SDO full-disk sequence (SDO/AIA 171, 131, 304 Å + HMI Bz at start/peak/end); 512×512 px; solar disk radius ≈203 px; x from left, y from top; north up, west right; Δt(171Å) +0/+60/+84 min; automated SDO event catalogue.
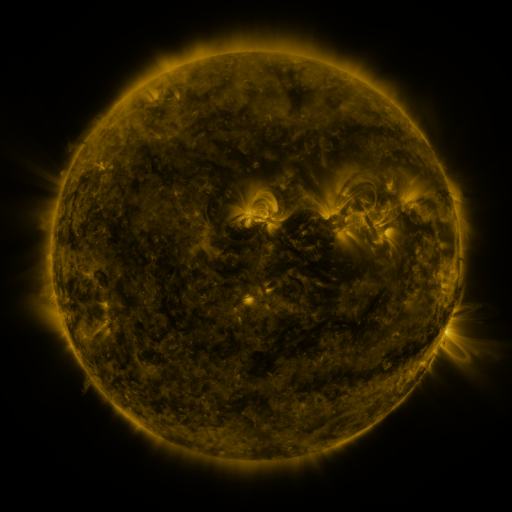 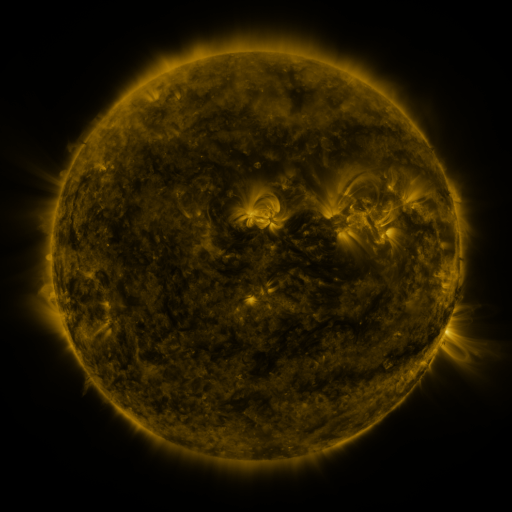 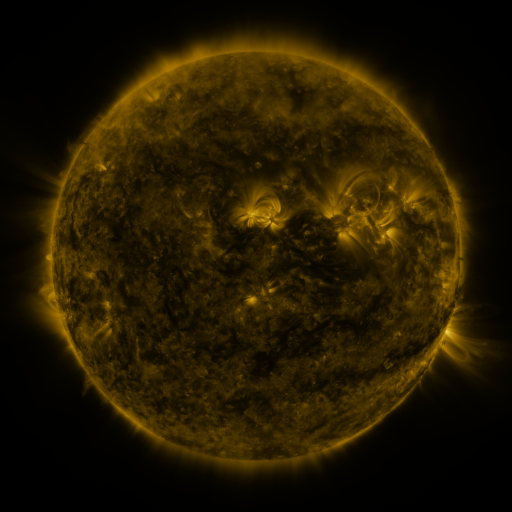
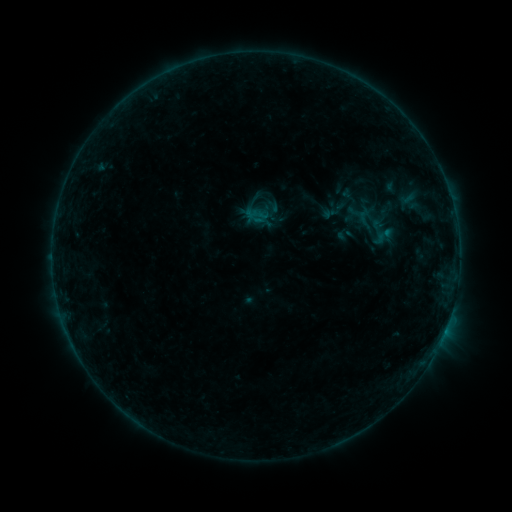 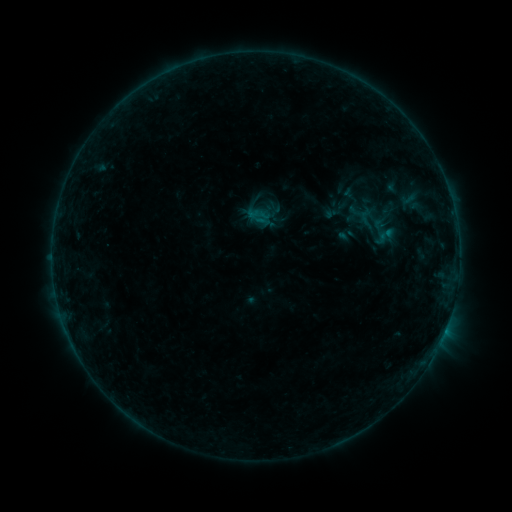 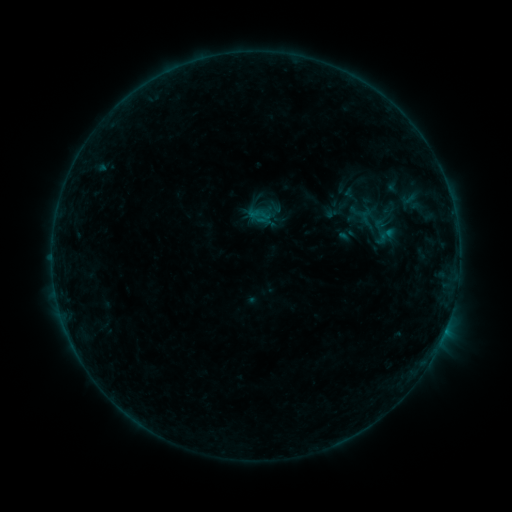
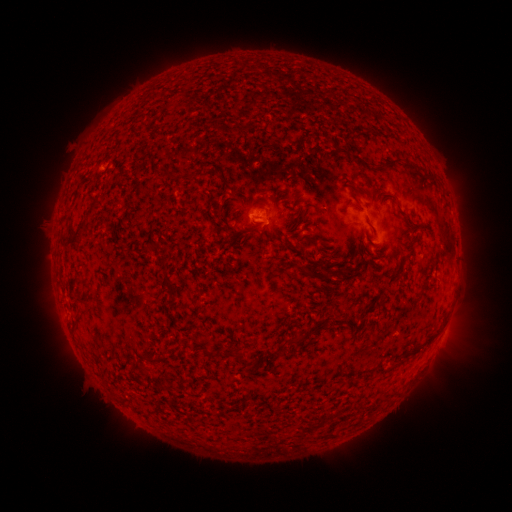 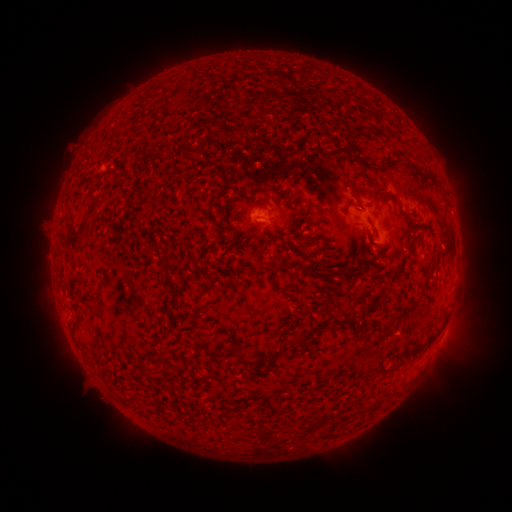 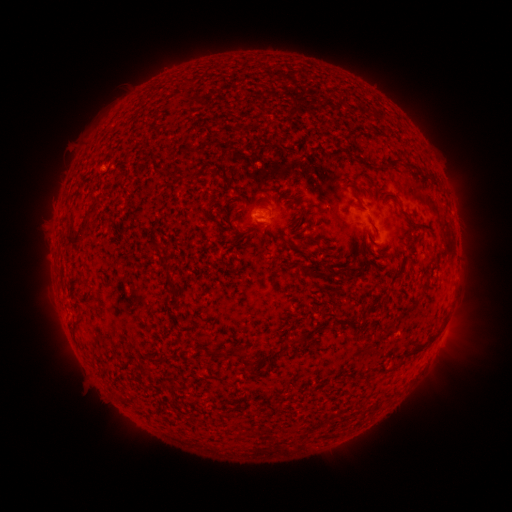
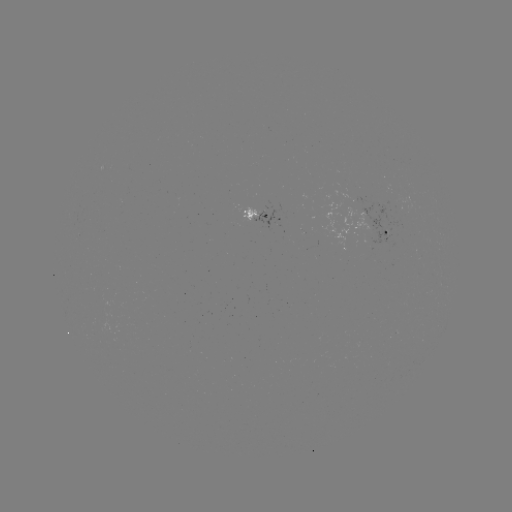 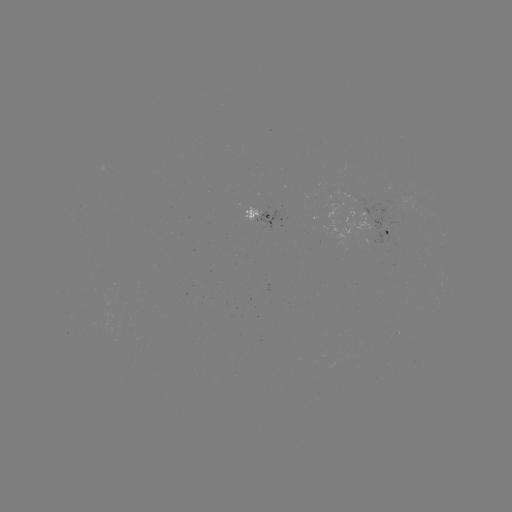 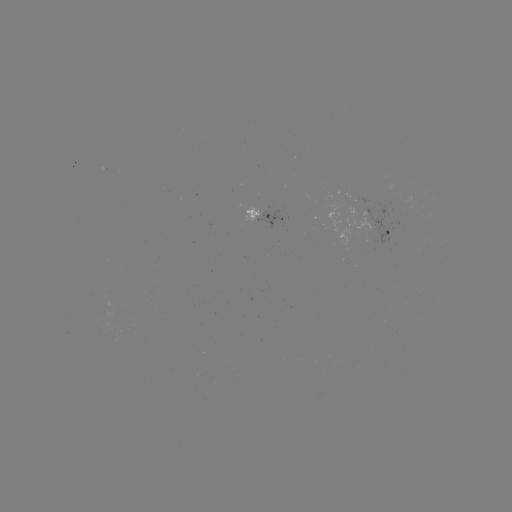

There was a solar emerging-flux region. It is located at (260, 208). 